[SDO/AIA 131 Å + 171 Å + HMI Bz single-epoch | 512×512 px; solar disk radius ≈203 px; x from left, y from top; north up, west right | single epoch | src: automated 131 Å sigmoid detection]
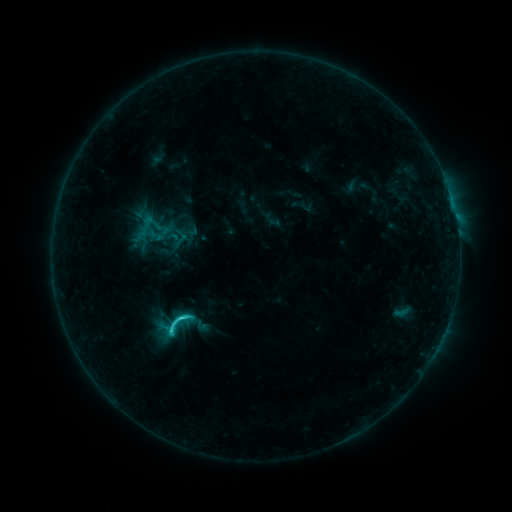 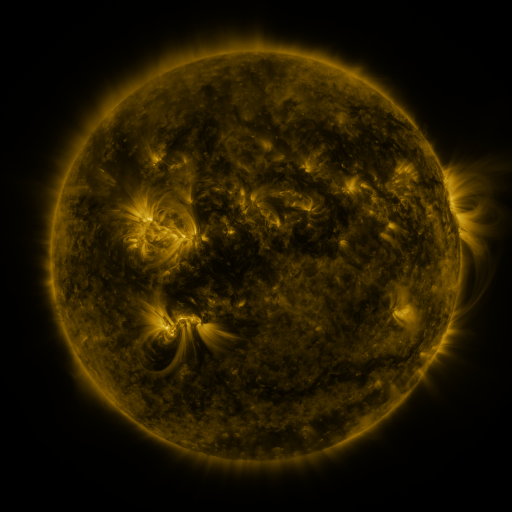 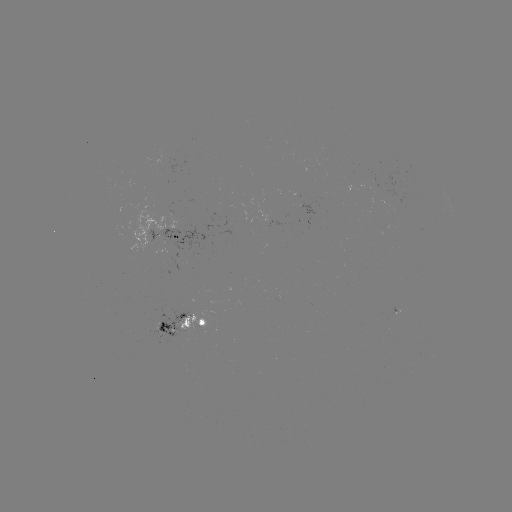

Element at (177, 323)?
sigmoid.